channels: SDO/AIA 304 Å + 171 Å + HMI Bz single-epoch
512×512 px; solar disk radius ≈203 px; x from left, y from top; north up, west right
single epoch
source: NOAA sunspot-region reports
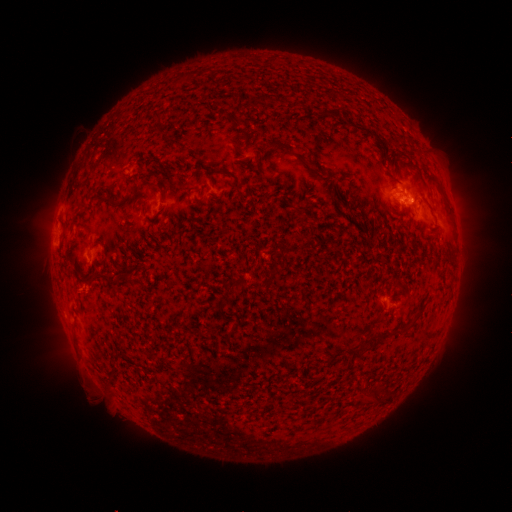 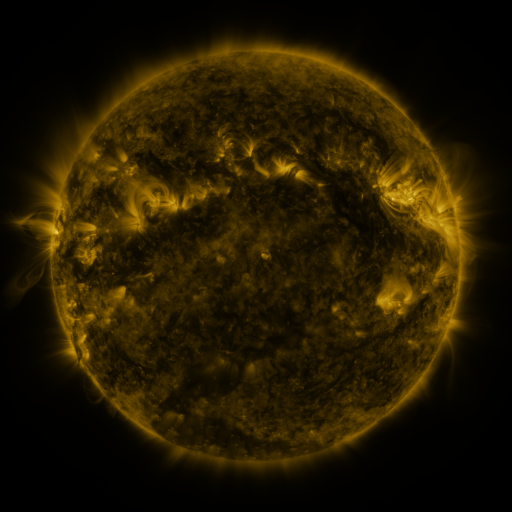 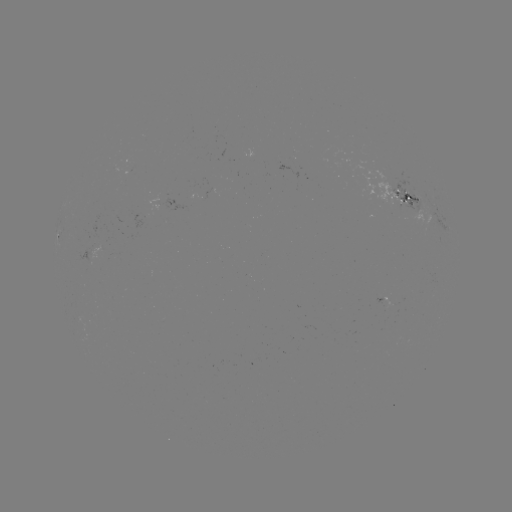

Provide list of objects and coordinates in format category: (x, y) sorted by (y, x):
spotted active region: (404, 198)
spotted active region: (59, 236)
spotted active region: (385, 301)
